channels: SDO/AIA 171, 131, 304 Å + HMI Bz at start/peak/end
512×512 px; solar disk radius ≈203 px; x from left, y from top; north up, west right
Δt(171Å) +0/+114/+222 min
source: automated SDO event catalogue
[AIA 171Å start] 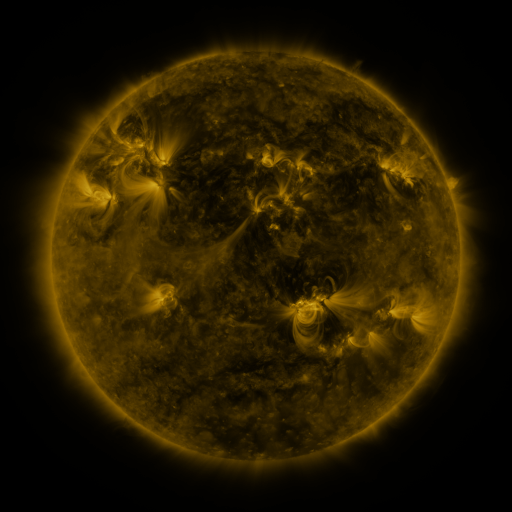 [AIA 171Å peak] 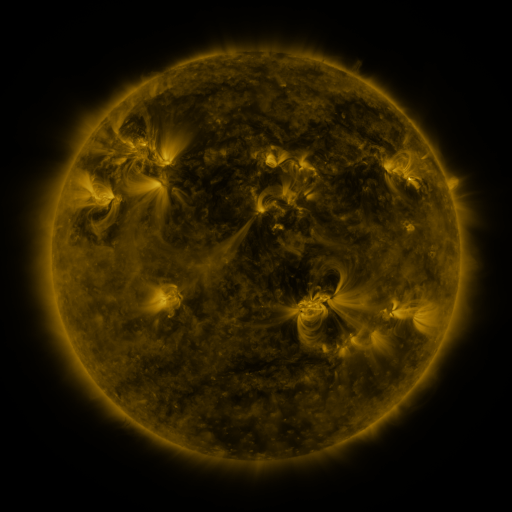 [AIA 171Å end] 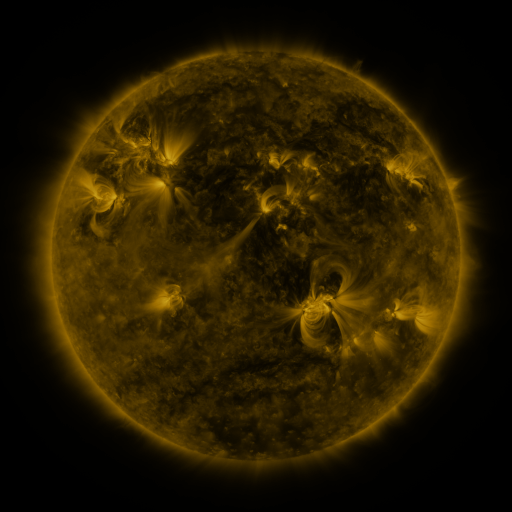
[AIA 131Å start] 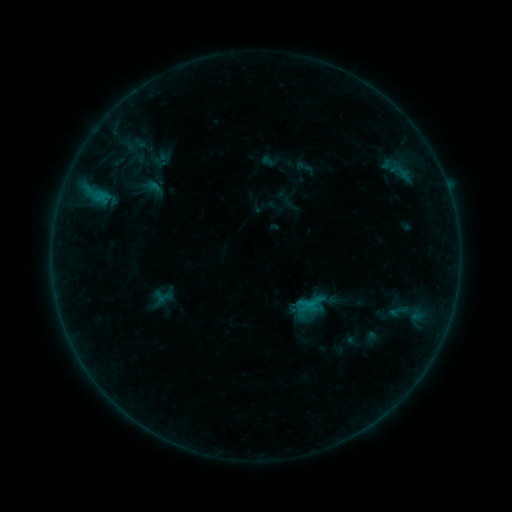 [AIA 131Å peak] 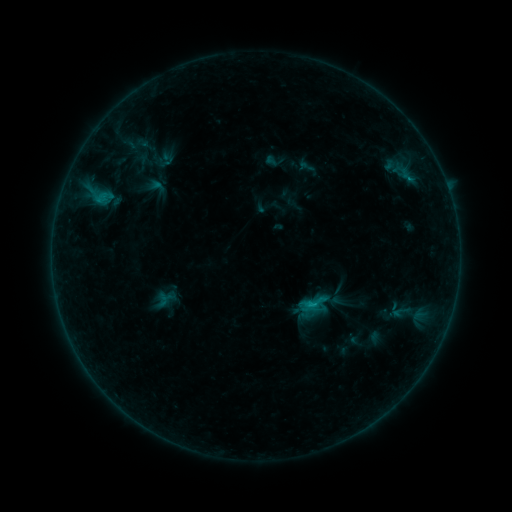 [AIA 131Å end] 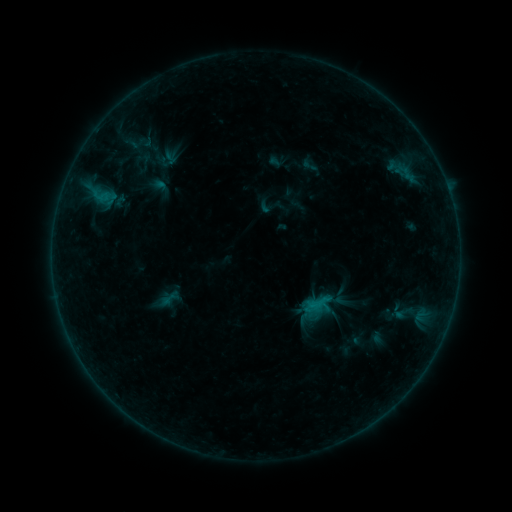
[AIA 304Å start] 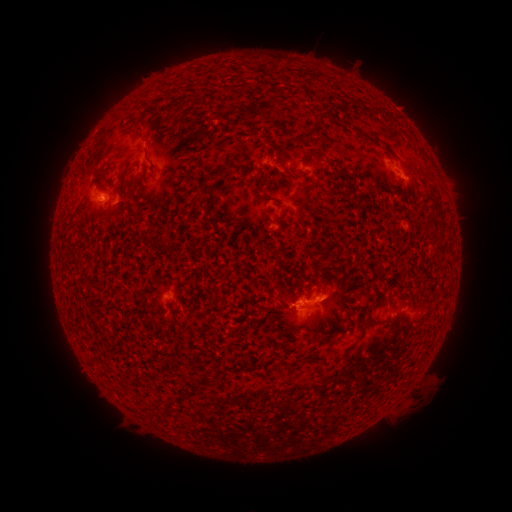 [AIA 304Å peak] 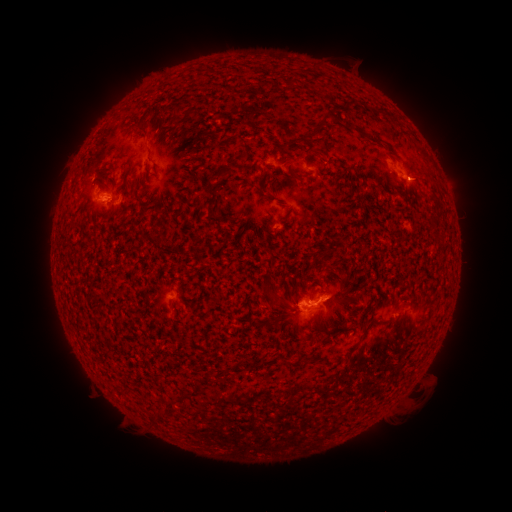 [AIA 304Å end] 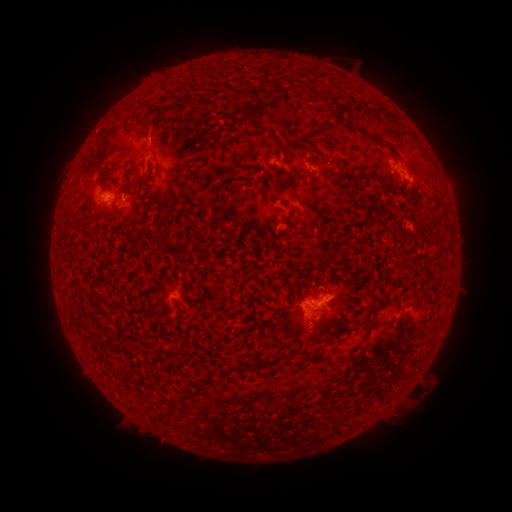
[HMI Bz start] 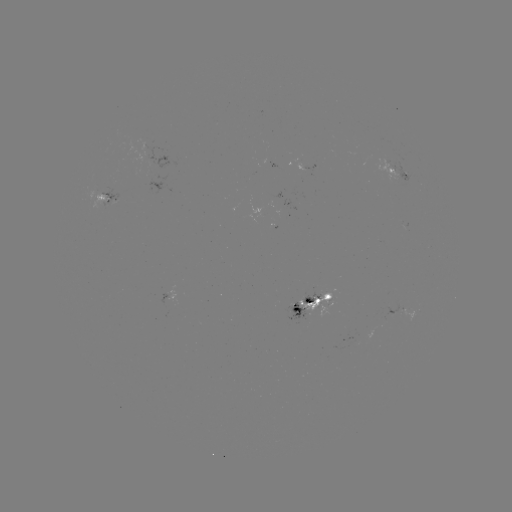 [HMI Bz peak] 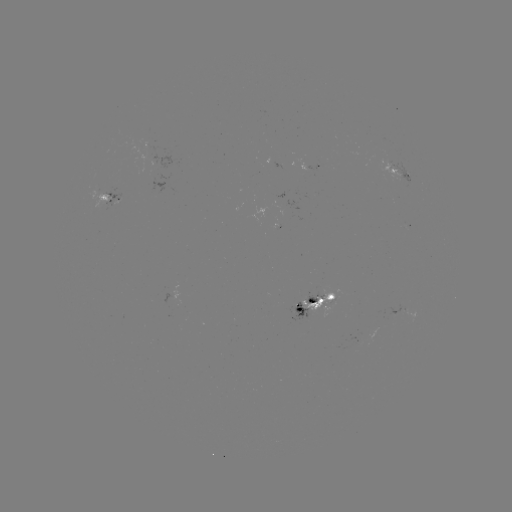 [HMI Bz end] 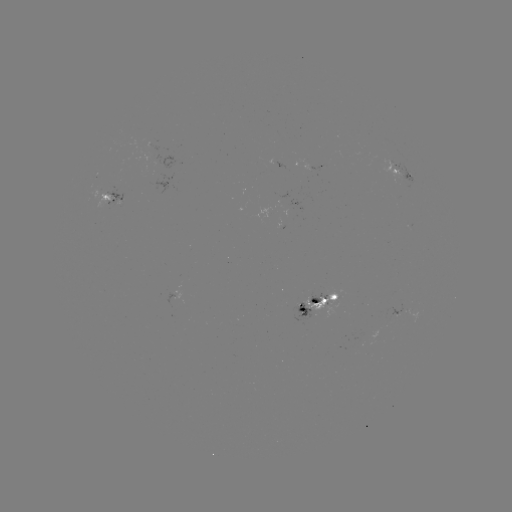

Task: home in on filament eruption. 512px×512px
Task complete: [284, 270].